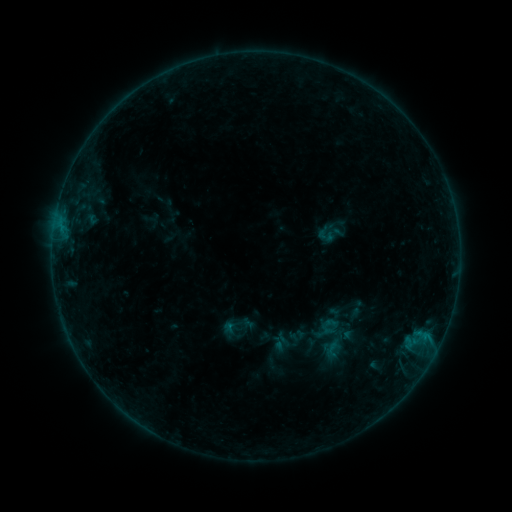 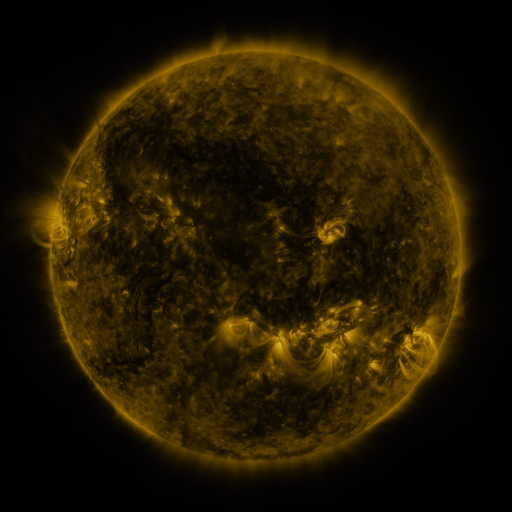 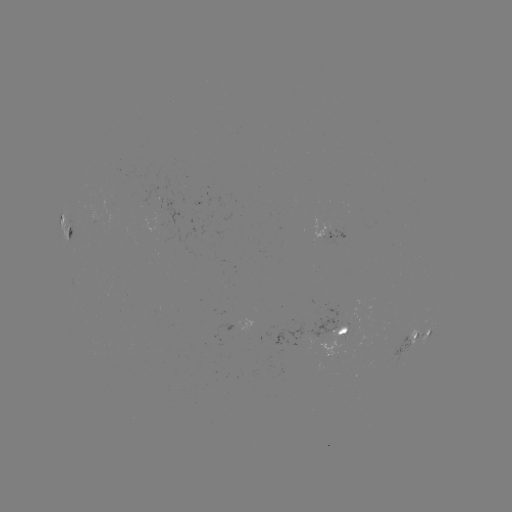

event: sigmoid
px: (332, 349)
